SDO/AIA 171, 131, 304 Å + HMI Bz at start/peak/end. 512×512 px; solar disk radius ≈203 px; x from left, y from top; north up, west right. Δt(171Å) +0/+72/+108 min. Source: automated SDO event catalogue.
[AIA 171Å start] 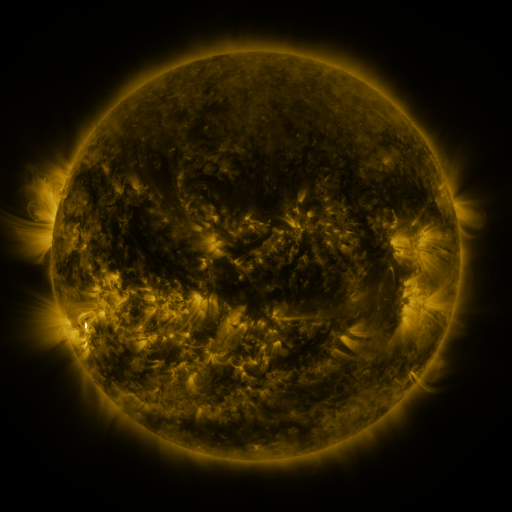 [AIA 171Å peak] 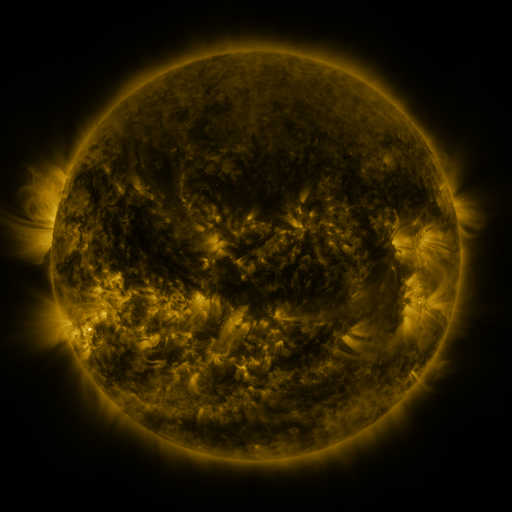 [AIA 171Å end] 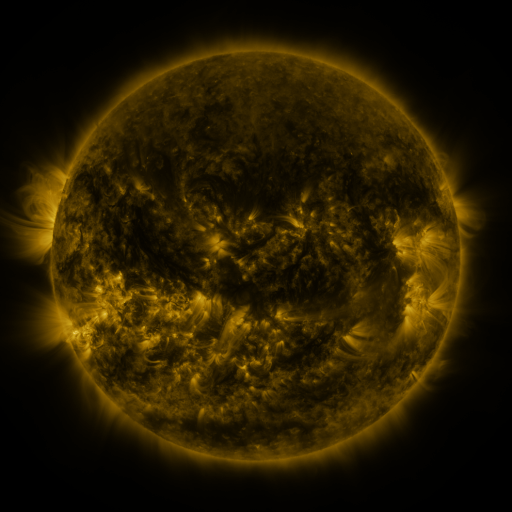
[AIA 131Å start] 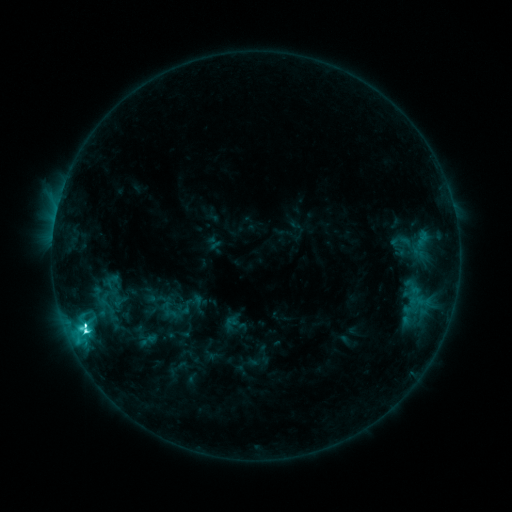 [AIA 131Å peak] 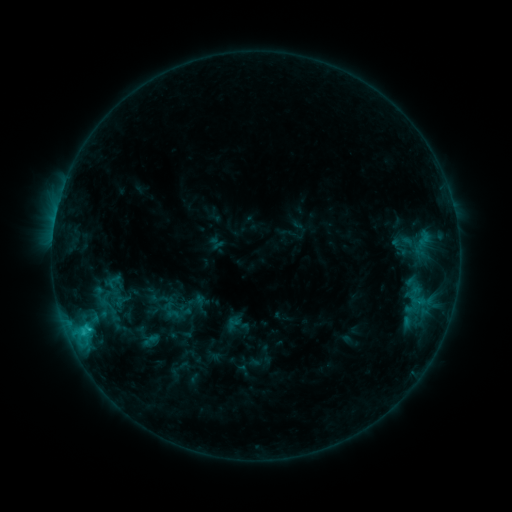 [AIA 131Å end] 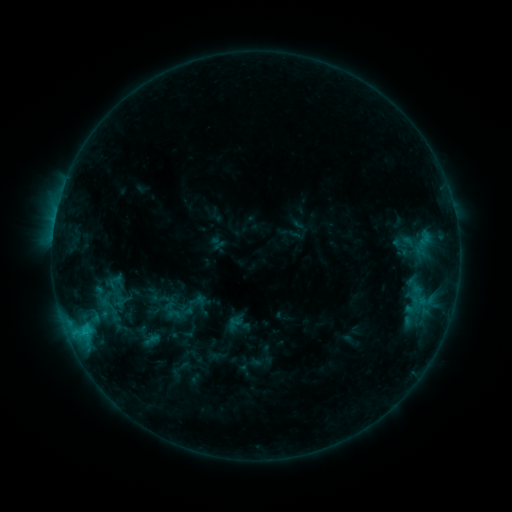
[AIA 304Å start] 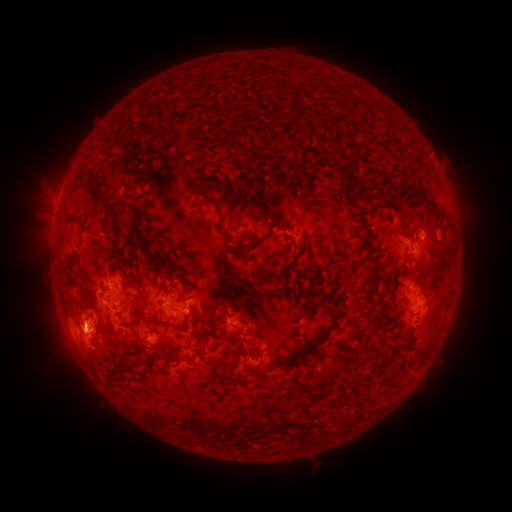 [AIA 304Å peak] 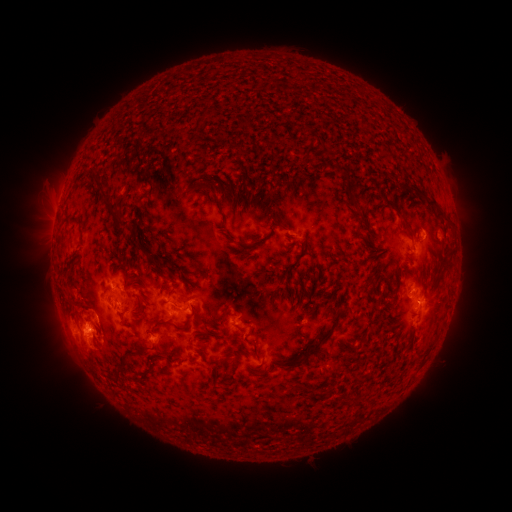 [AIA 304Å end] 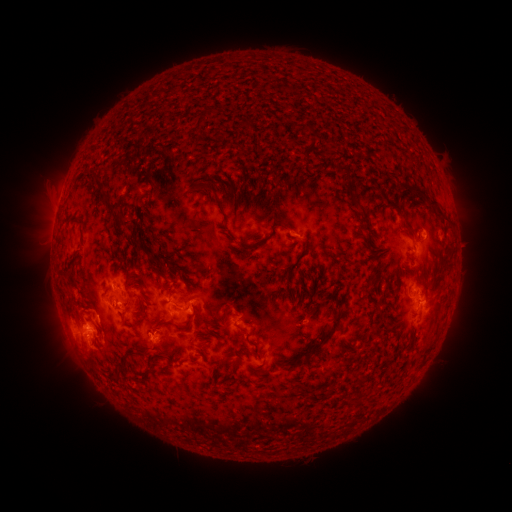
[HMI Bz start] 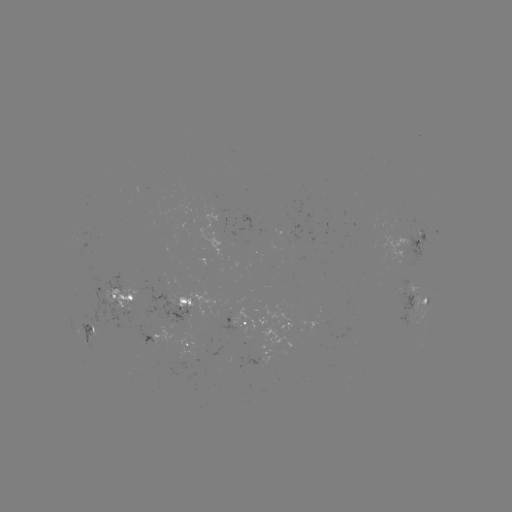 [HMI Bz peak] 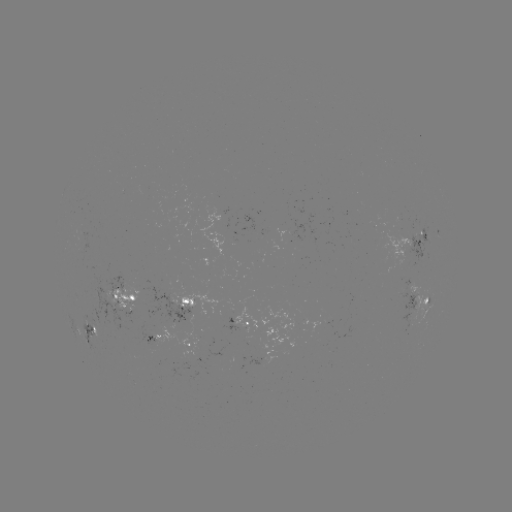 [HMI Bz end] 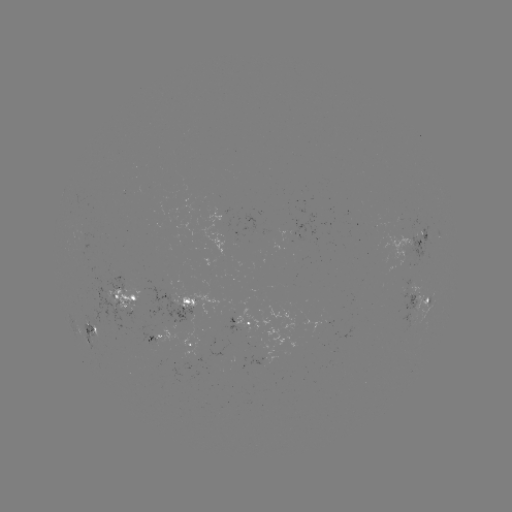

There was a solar emerging-flux region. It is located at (405, 296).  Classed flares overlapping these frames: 1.